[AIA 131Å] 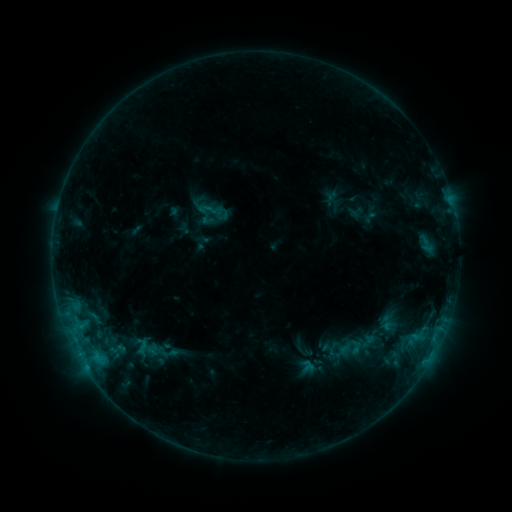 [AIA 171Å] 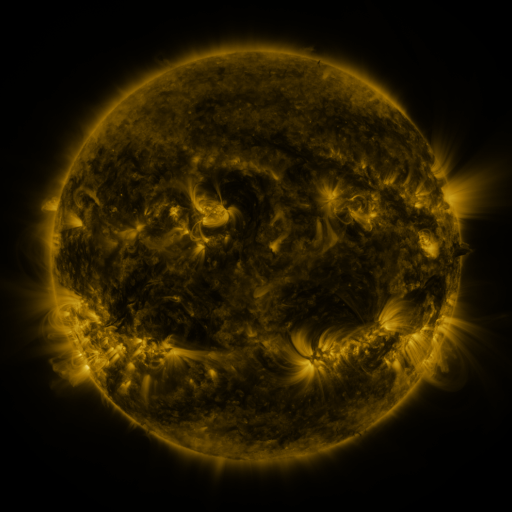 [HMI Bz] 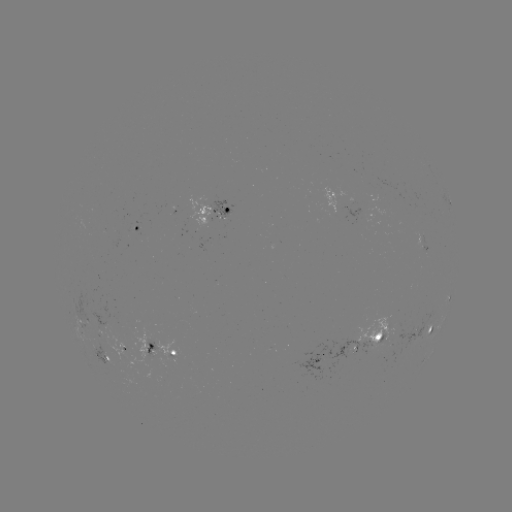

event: sigmoid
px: (210, 209)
